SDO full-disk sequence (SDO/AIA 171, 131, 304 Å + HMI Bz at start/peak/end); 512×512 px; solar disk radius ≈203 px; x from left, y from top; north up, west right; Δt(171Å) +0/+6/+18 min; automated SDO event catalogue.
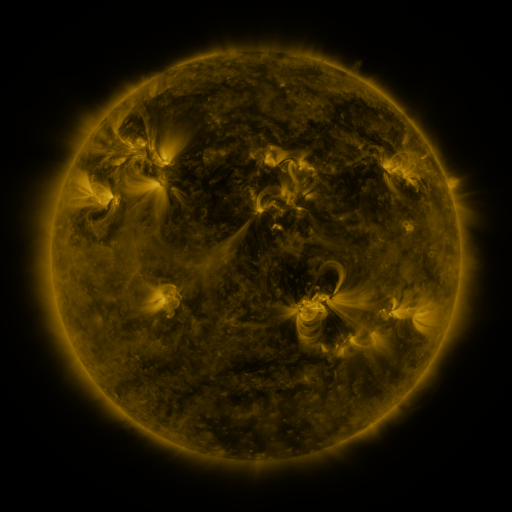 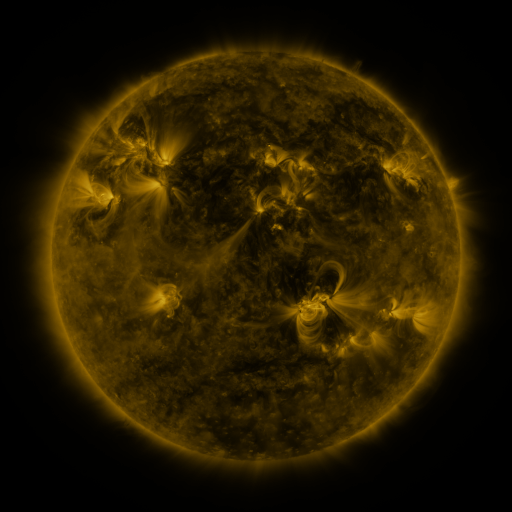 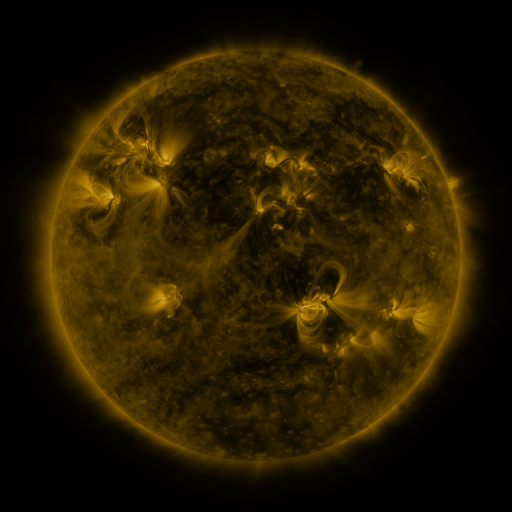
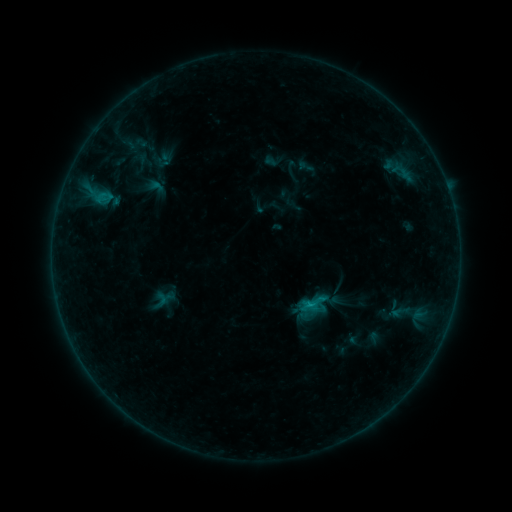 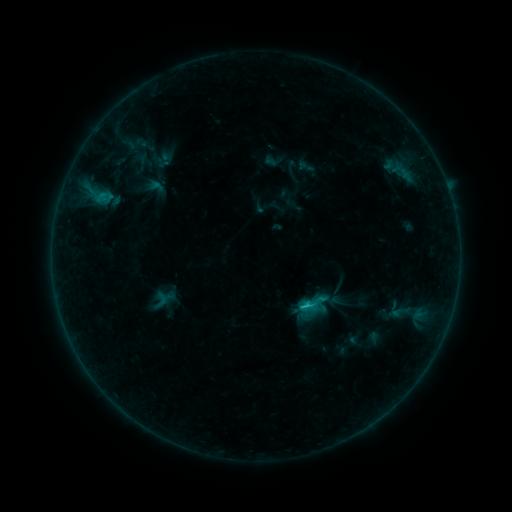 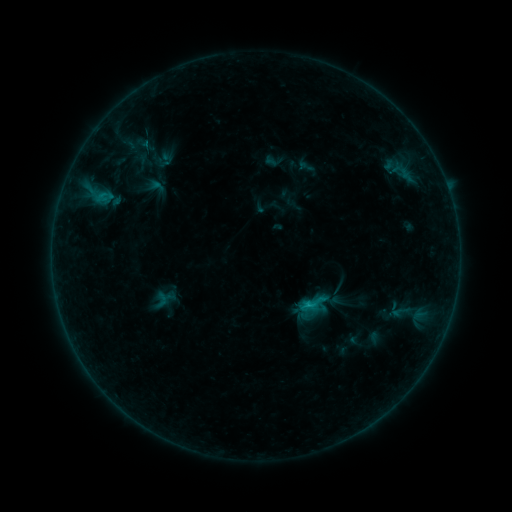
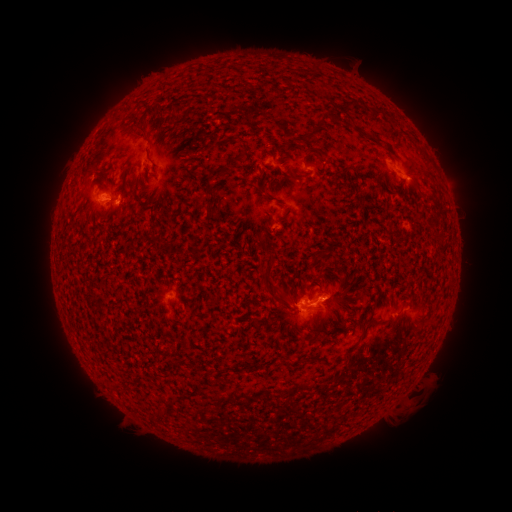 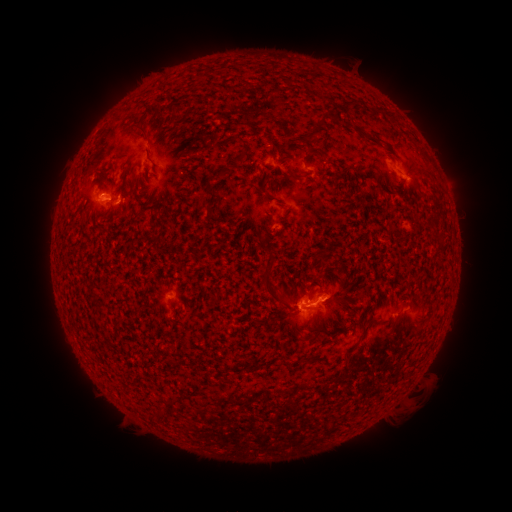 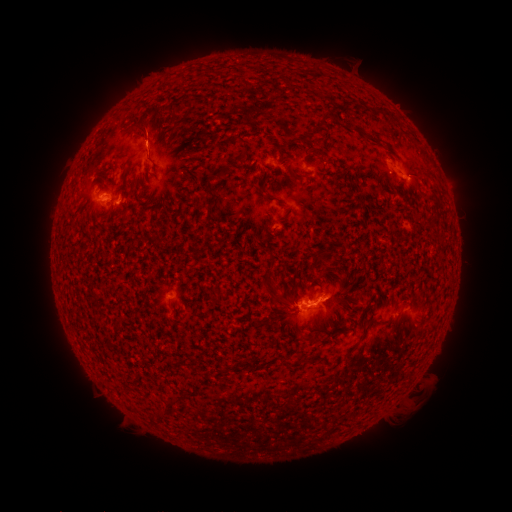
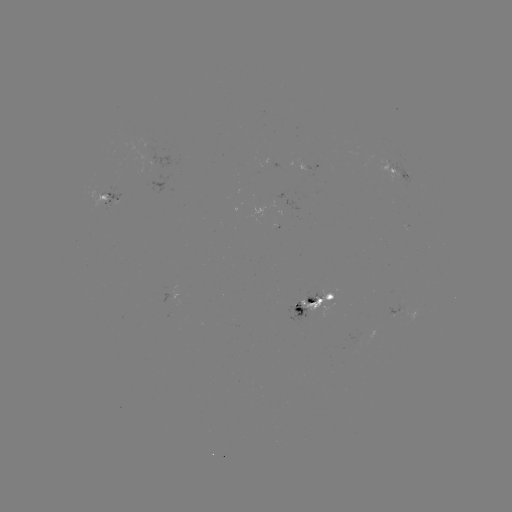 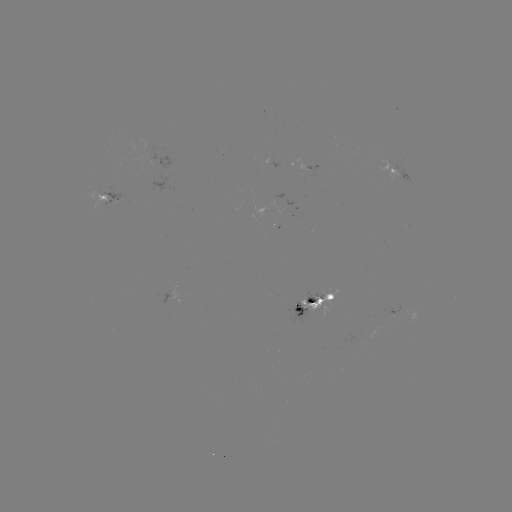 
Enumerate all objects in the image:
C1.0 flare: (305, 306)
